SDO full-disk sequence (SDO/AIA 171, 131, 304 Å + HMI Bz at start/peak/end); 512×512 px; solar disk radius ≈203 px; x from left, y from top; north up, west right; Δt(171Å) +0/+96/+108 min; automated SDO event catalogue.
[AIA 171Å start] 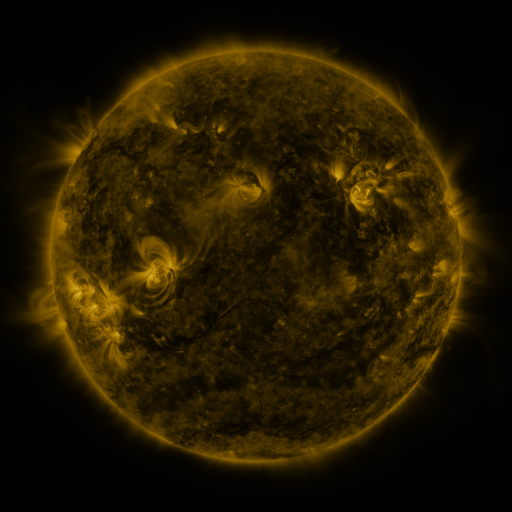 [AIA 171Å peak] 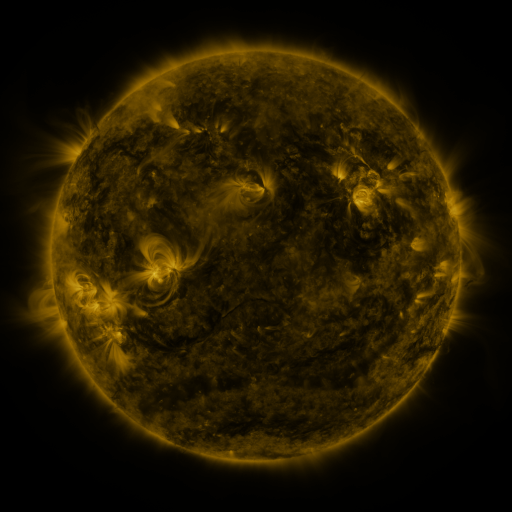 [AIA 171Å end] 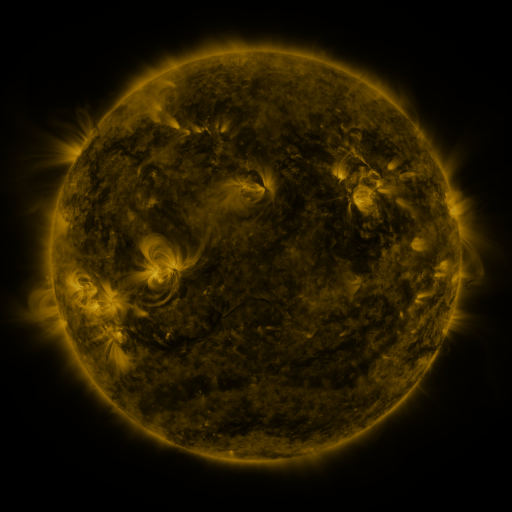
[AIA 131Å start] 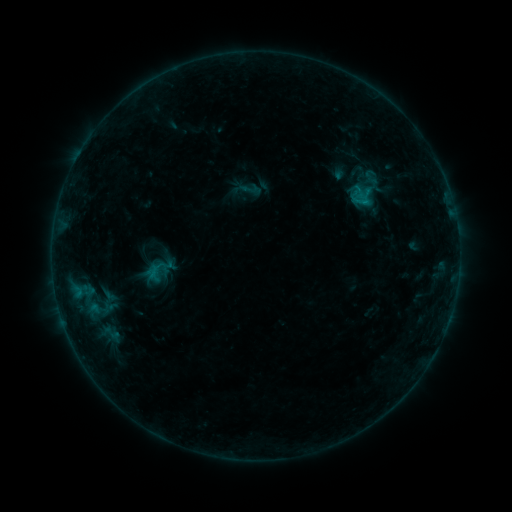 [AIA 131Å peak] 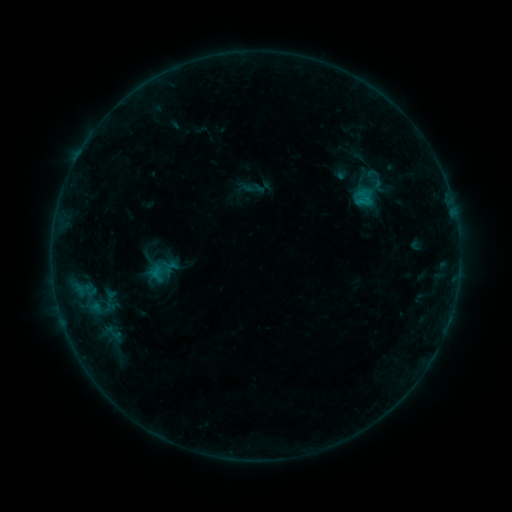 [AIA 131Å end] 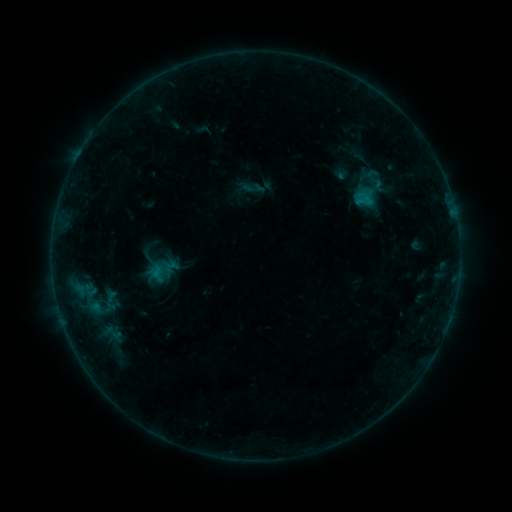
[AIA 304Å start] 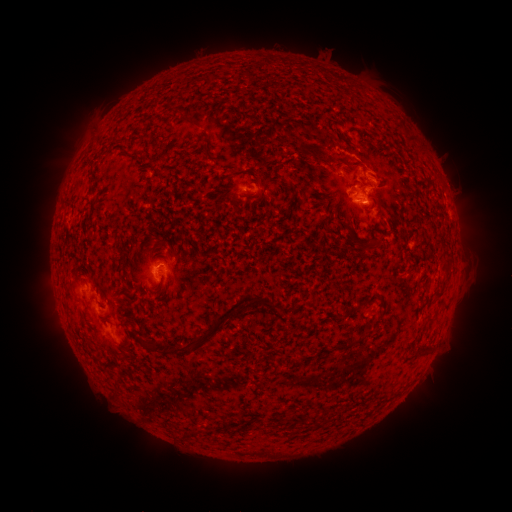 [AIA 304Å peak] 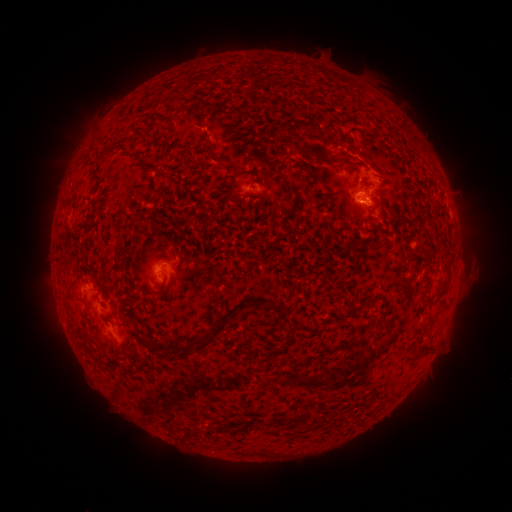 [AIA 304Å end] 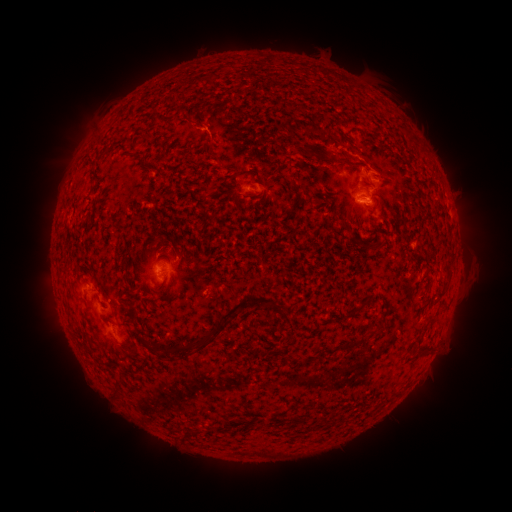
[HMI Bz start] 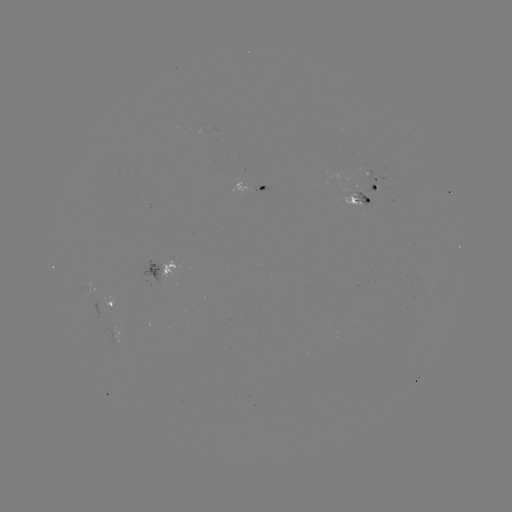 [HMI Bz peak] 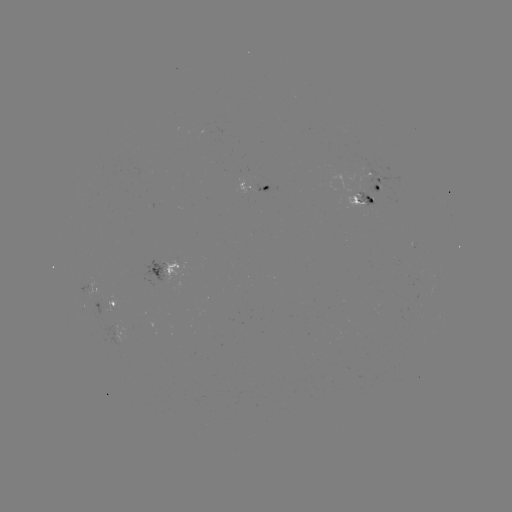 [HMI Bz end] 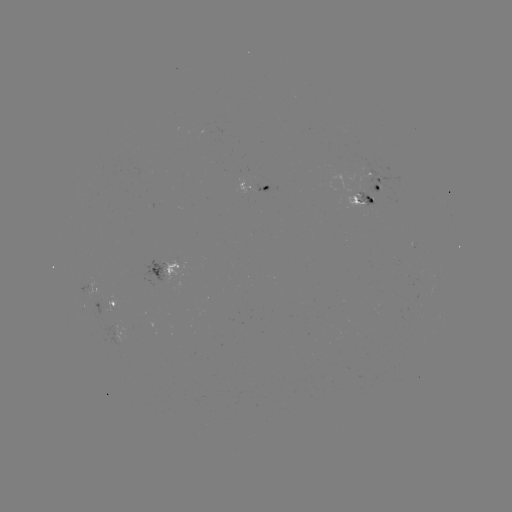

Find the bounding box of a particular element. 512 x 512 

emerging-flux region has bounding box [354, 170, 376, 204].